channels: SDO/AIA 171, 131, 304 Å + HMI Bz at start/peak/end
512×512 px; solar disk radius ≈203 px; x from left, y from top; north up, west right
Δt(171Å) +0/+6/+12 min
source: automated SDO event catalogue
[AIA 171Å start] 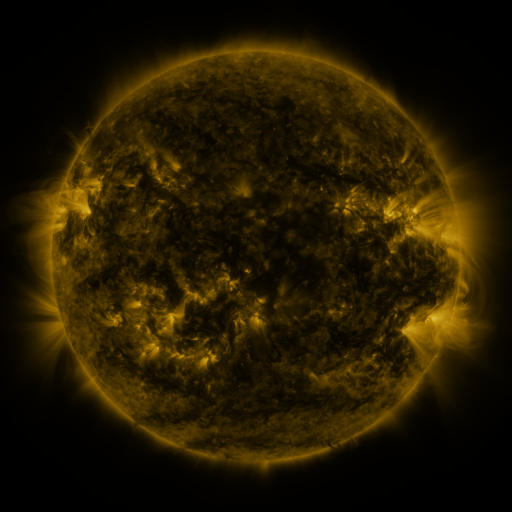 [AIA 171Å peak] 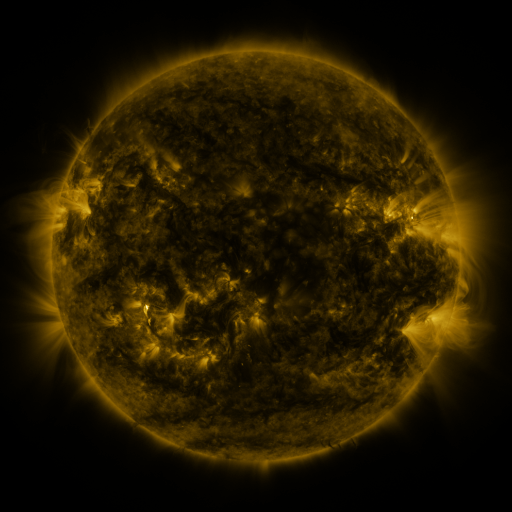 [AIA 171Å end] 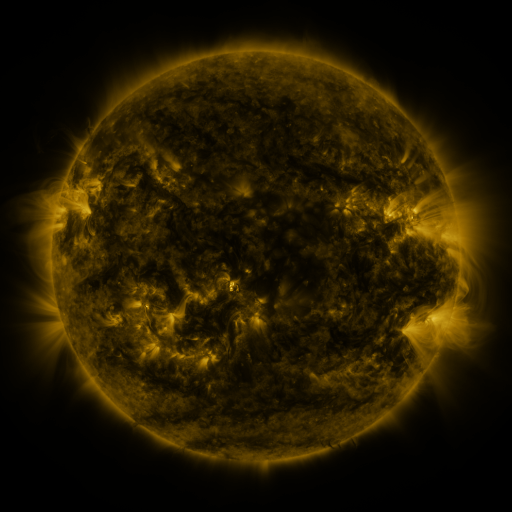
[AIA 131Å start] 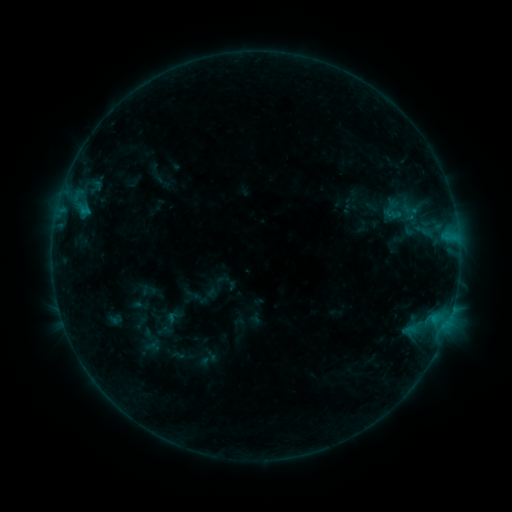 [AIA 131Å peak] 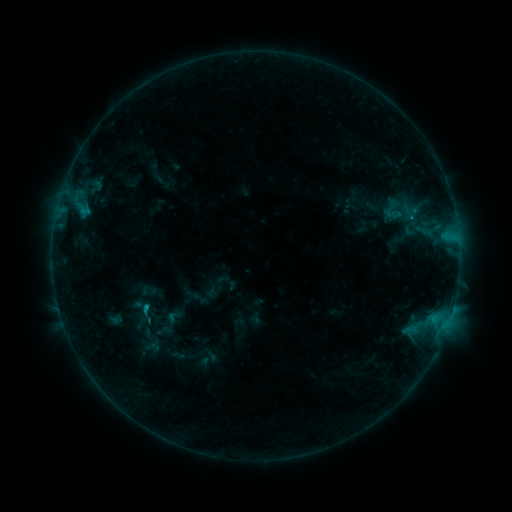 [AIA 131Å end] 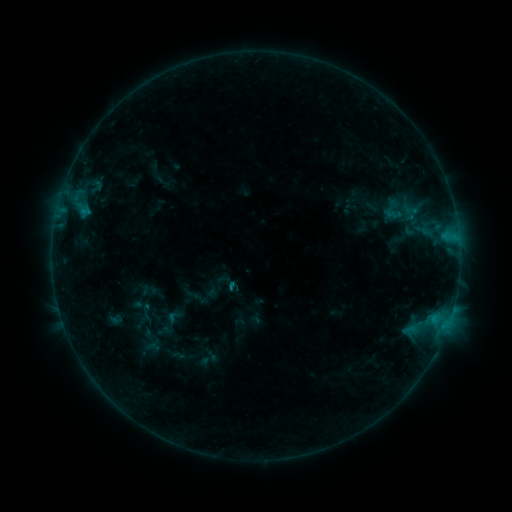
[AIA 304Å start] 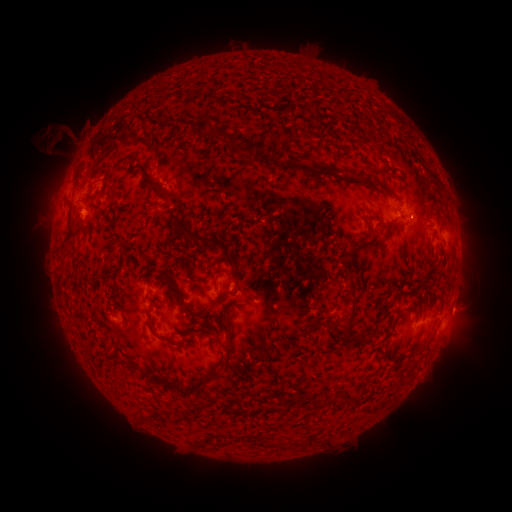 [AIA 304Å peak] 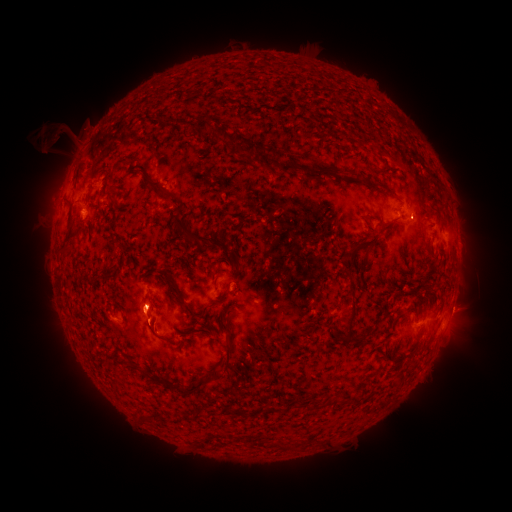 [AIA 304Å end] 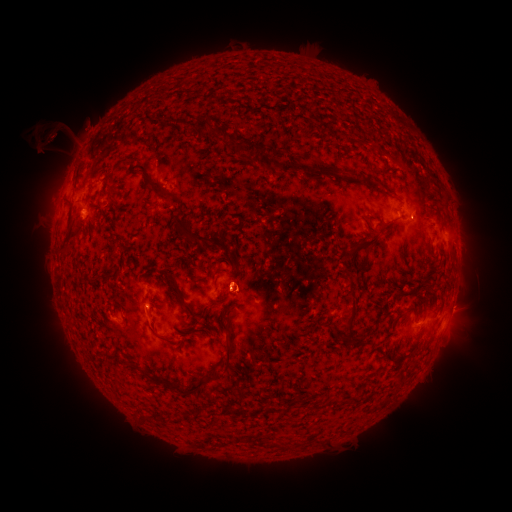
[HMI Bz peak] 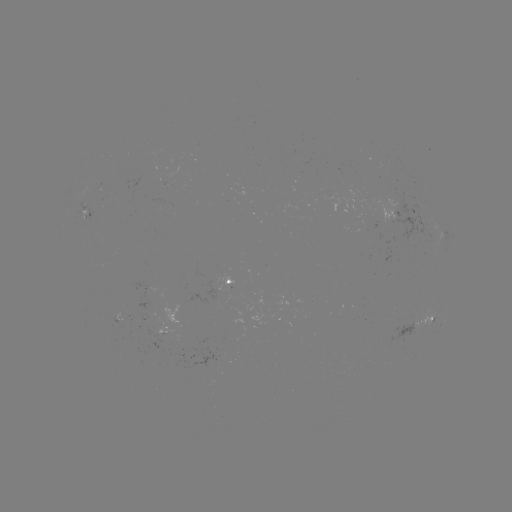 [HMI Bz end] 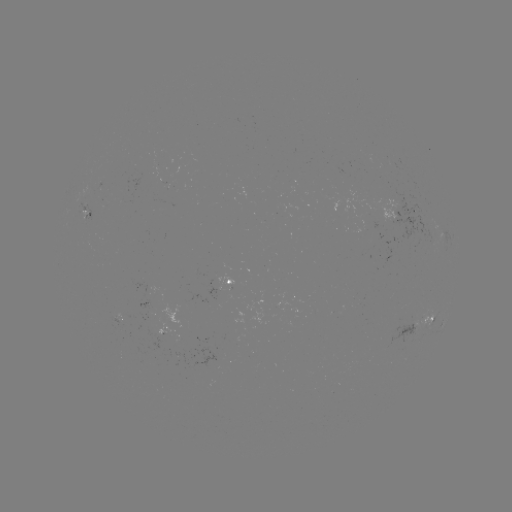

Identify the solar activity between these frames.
eruption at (145, 323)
